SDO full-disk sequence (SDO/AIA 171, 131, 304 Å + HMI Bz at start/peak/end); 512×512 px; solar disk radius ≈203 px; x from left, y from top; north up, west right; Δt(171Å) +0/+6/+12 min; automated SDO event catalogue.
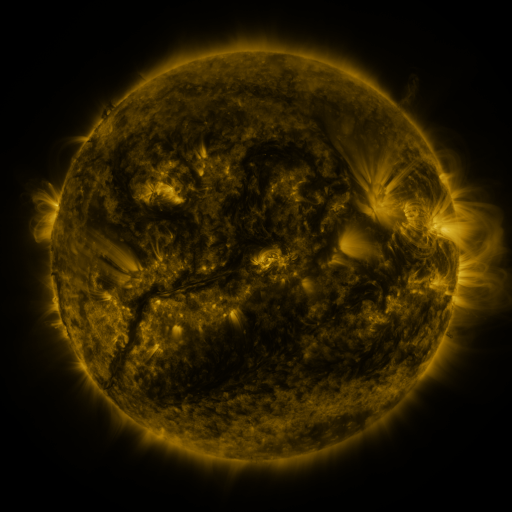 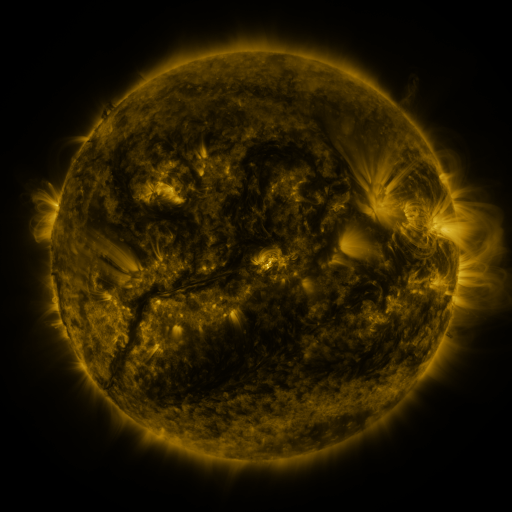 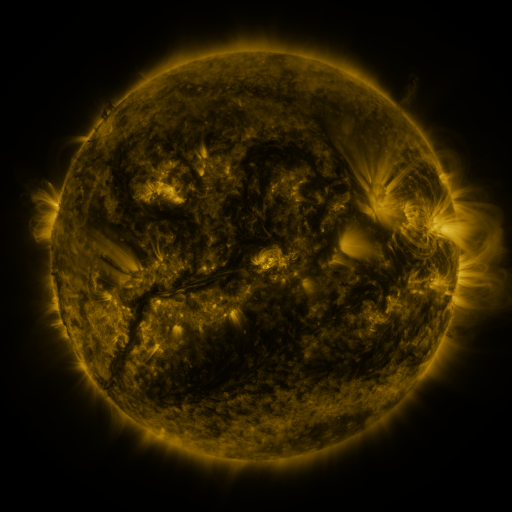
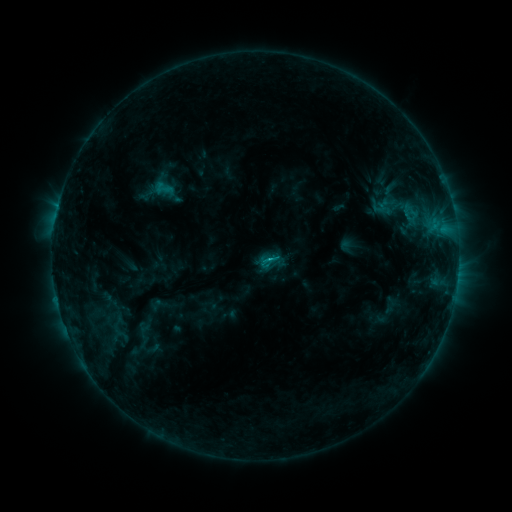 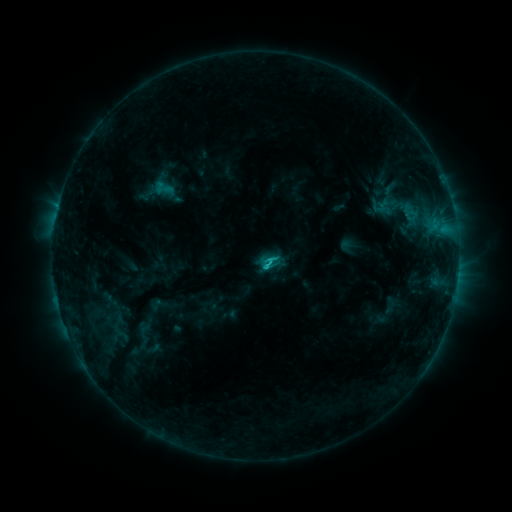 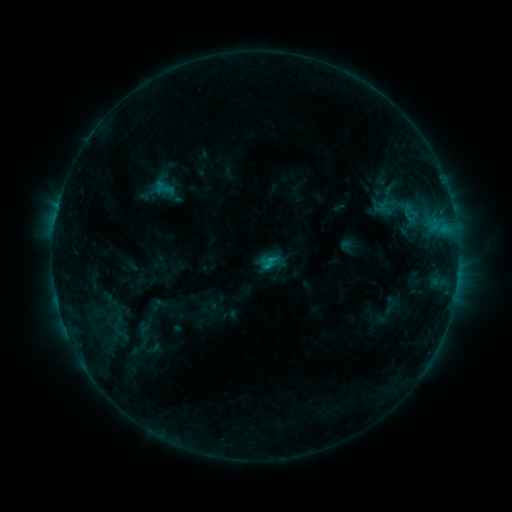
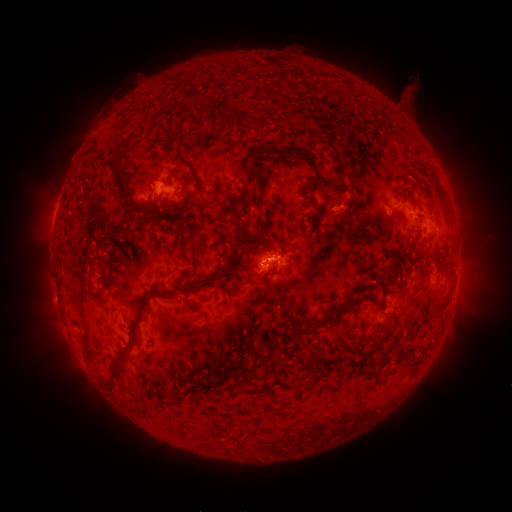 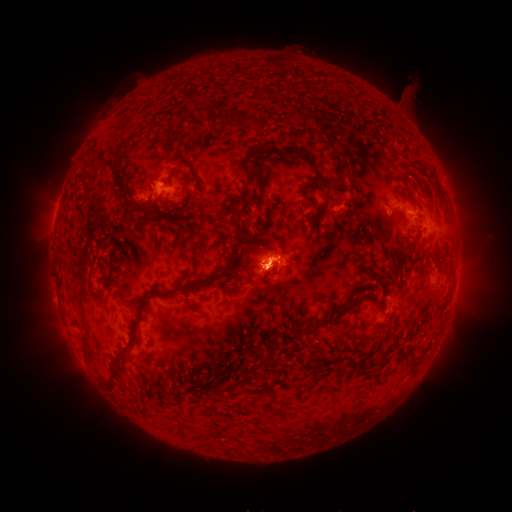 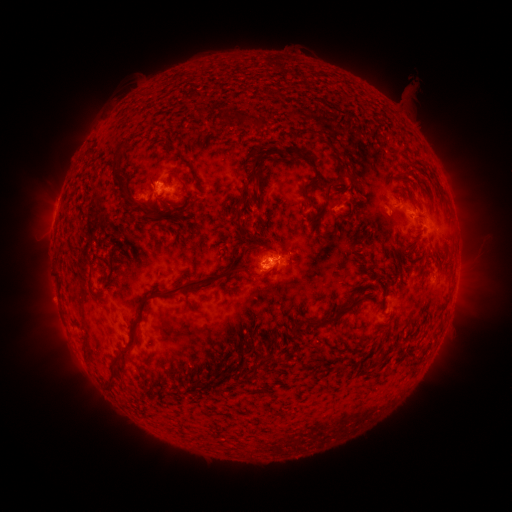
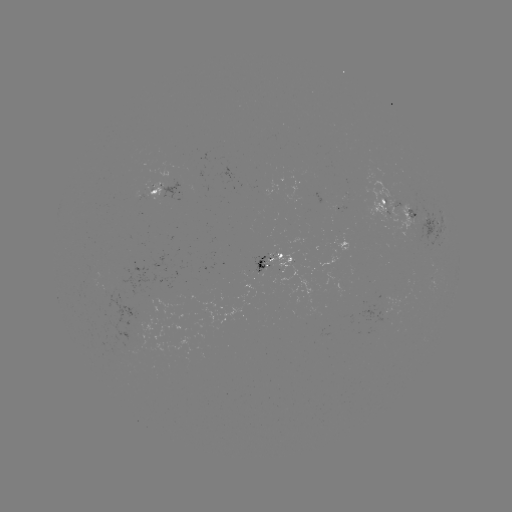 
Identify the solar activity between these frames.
C1.9 flare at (263, 265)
